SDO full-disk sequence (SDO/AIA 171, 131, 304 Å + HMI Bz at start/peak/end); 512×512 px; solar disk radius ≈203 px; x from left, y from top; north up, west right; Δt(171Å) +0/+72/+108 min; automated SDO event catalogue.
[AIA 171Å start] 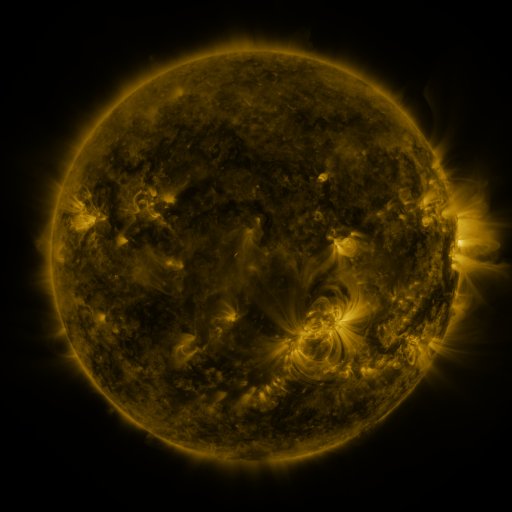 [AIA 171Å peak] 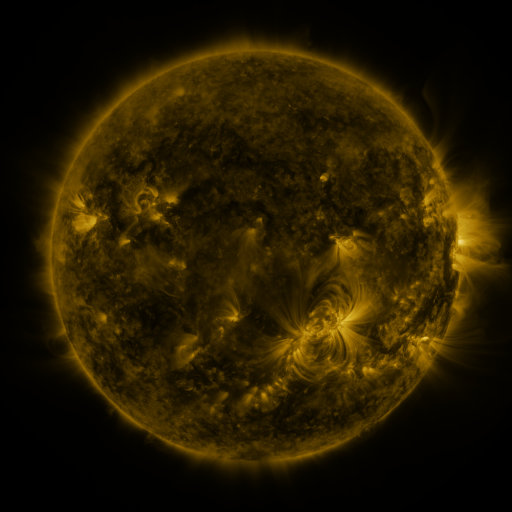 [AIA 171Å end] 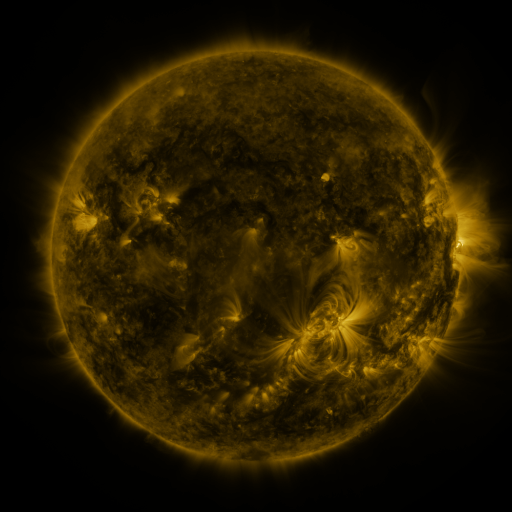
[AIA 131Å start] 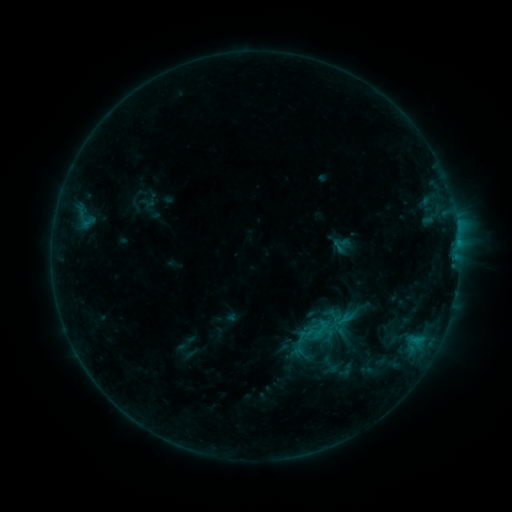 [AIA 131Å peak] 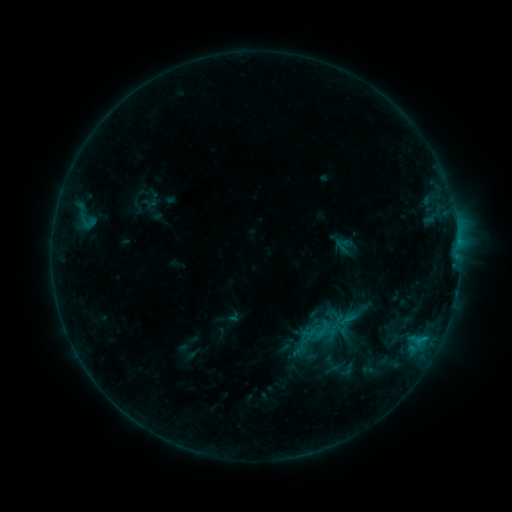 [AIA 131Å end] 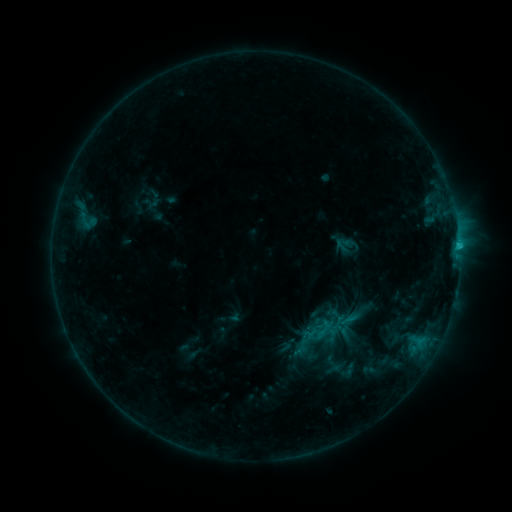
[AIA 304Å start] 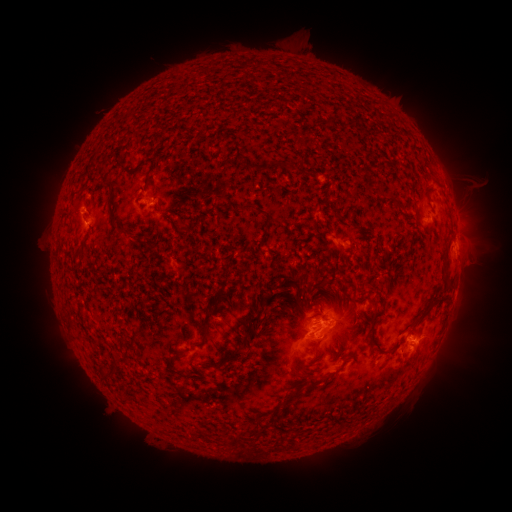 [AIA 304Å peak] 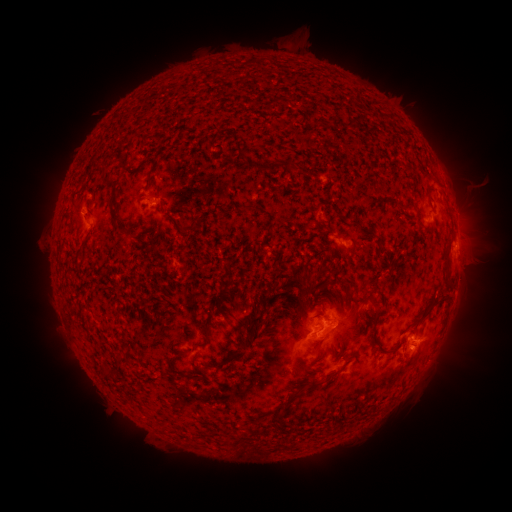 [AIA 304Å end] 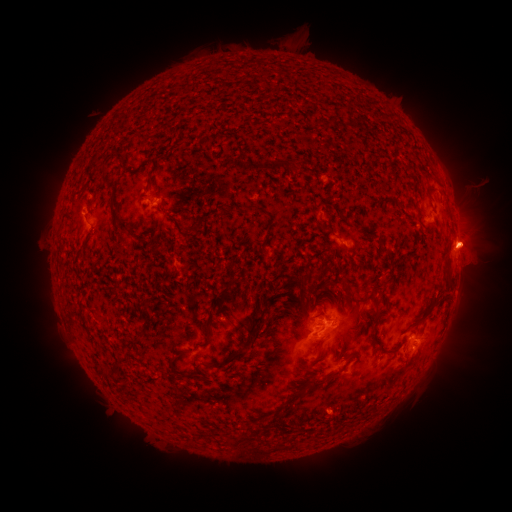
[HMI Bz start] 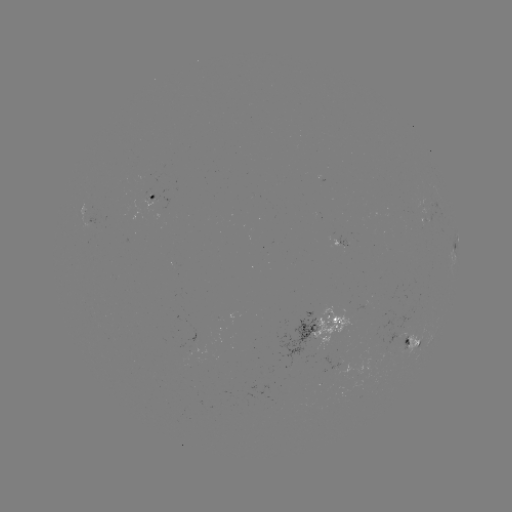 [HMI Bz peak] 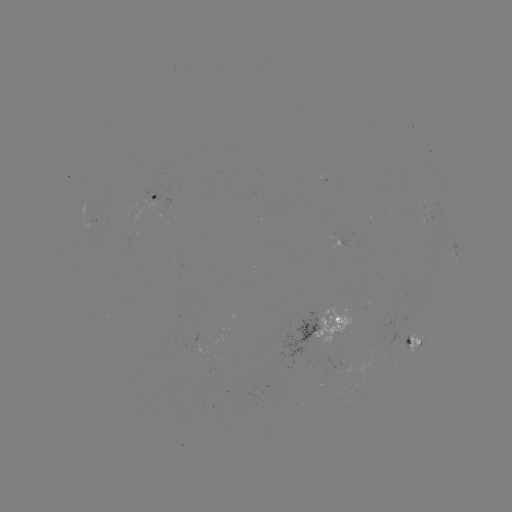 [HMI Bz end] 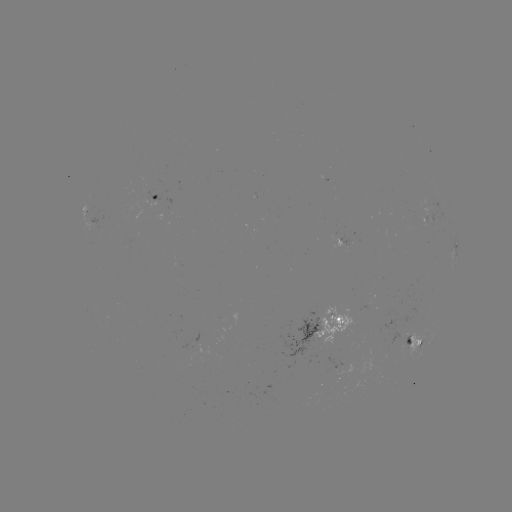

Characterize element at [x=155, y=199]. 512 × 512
emerging-flux region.